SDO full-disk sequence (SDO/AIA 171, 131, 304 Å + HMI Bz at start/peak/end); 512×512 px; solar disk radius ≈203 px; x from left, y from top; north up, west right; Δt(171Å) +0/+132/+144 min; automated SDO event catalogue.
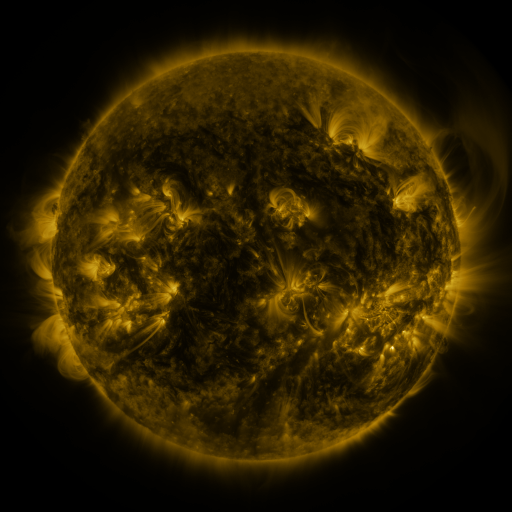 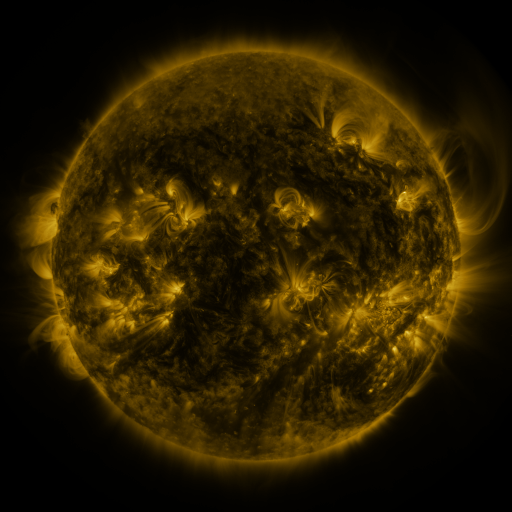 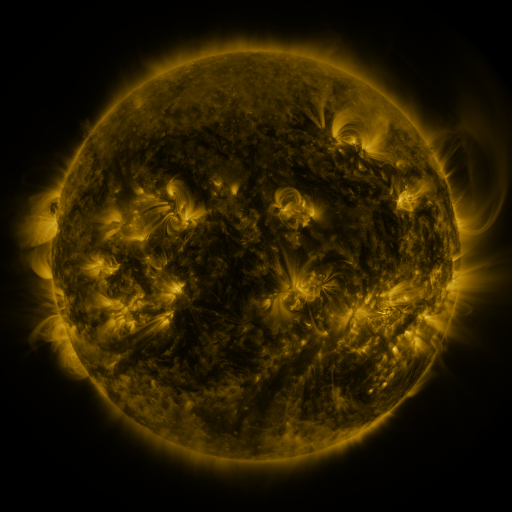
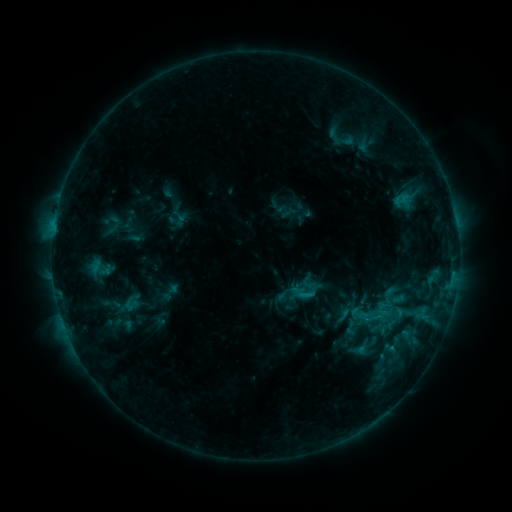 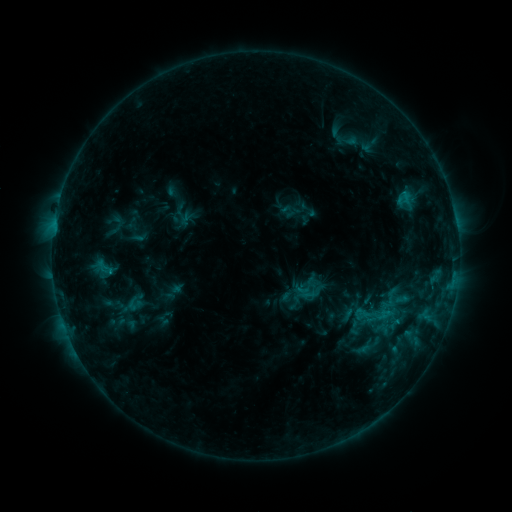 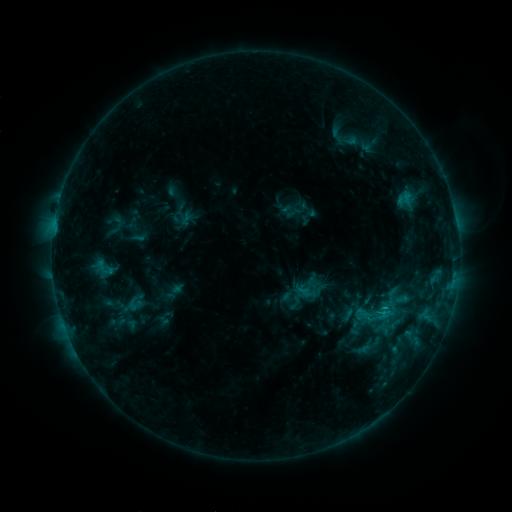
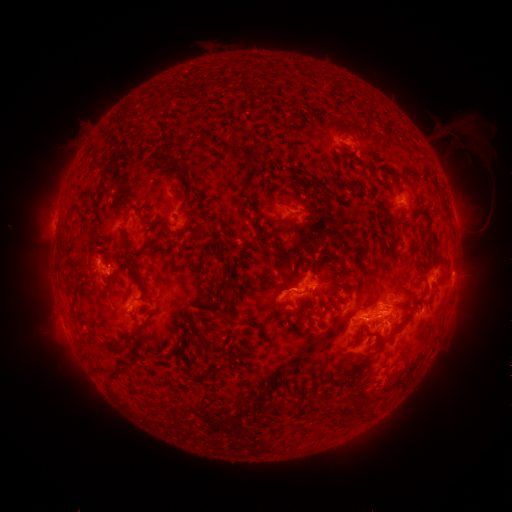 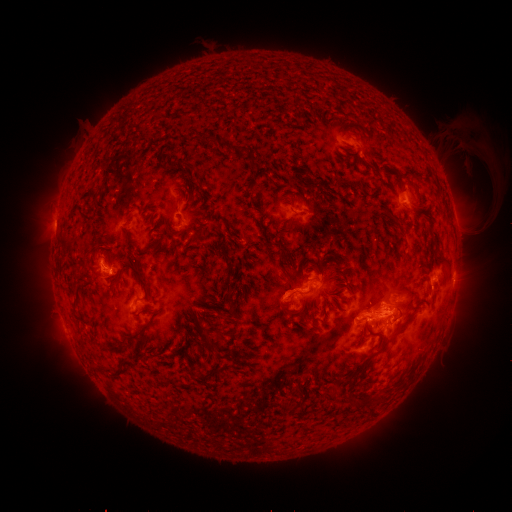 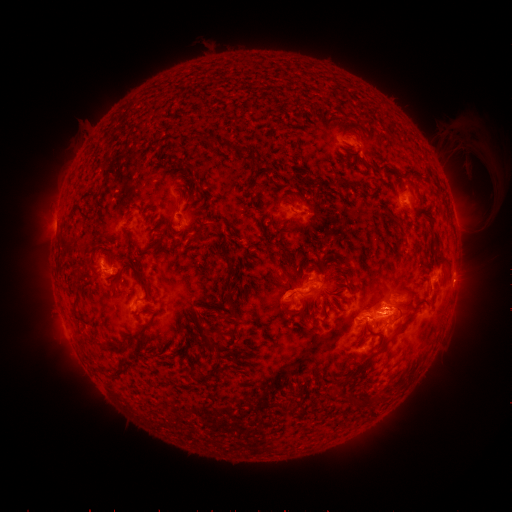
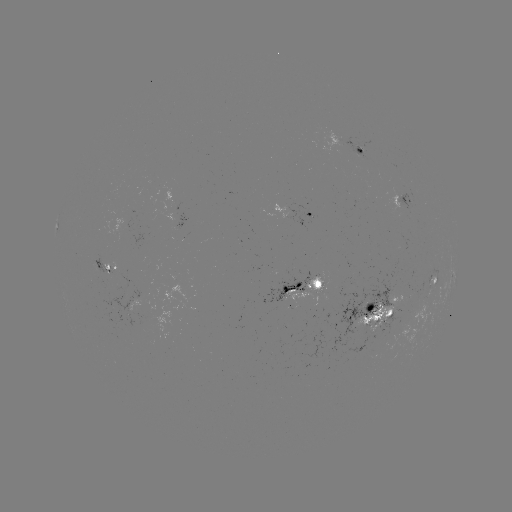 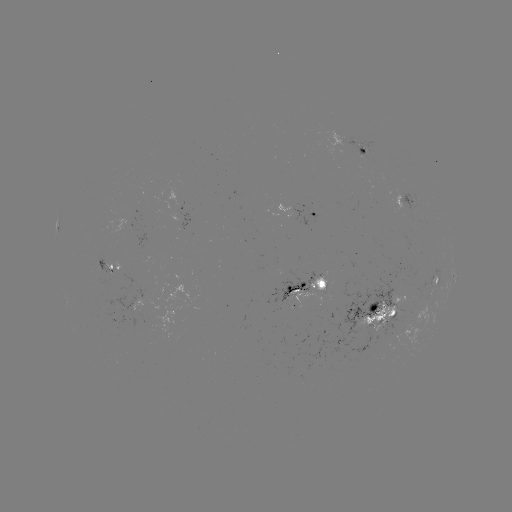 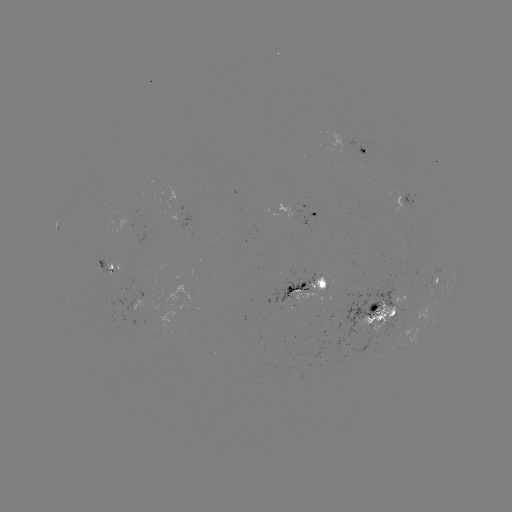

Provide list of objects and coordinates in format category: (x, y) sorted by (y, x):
emerging-flux region: (315, 288)
